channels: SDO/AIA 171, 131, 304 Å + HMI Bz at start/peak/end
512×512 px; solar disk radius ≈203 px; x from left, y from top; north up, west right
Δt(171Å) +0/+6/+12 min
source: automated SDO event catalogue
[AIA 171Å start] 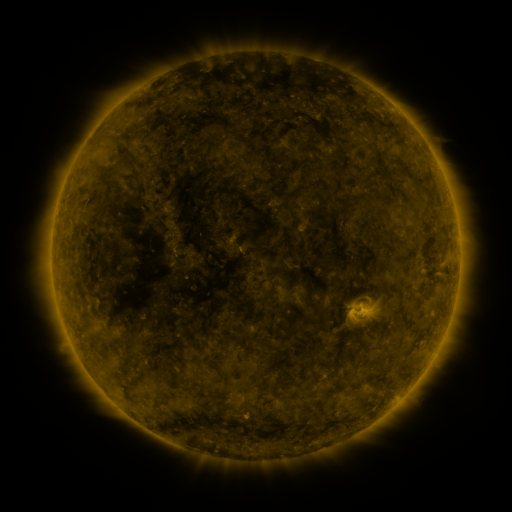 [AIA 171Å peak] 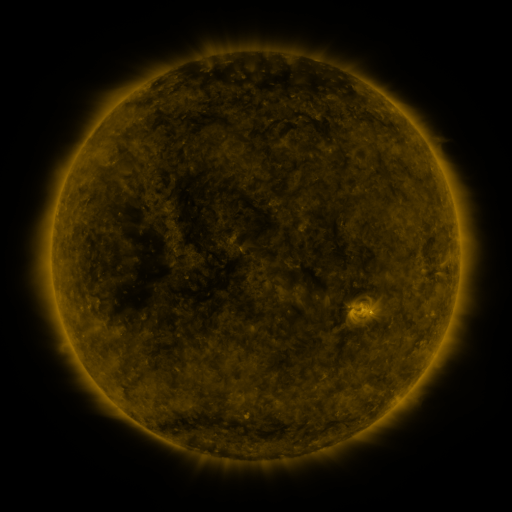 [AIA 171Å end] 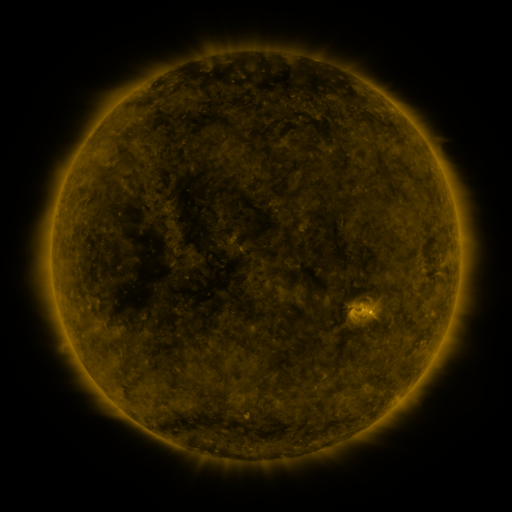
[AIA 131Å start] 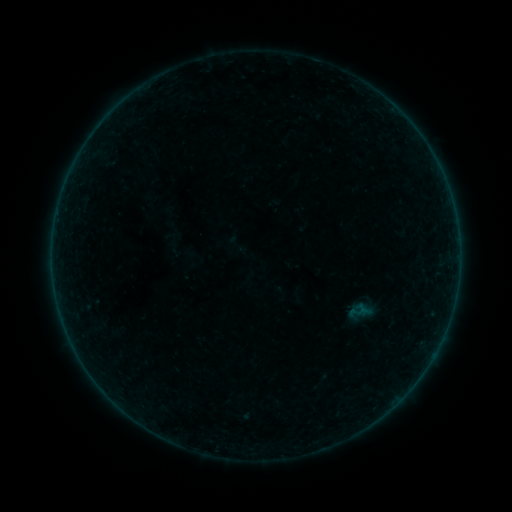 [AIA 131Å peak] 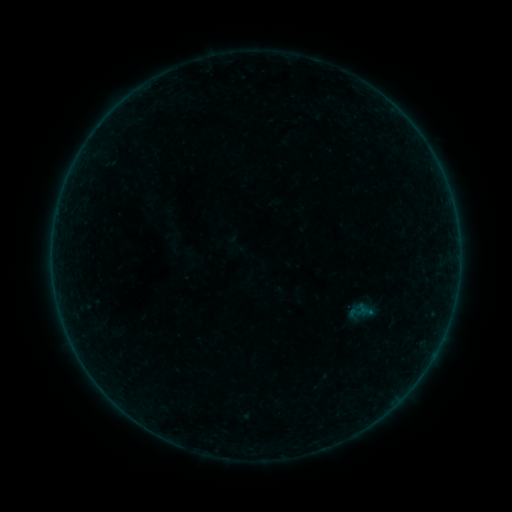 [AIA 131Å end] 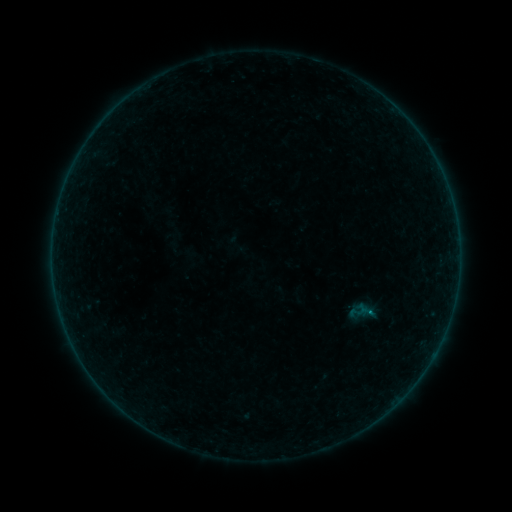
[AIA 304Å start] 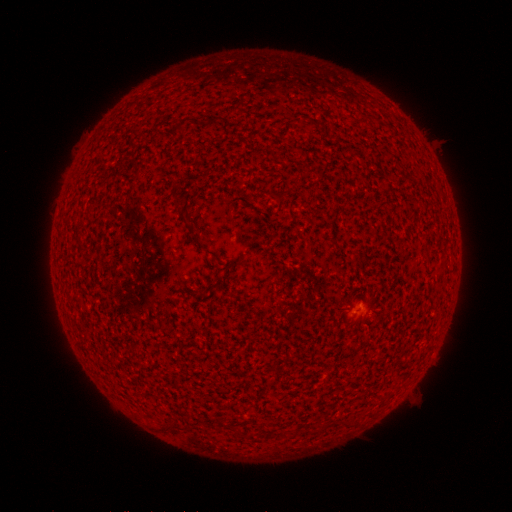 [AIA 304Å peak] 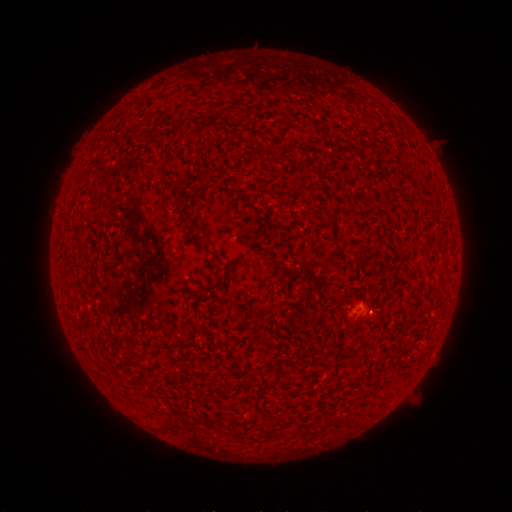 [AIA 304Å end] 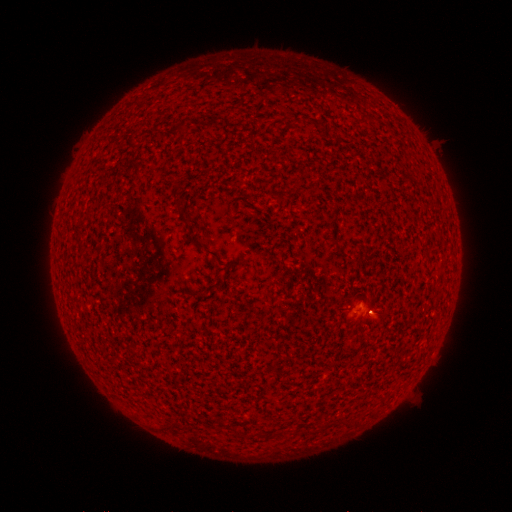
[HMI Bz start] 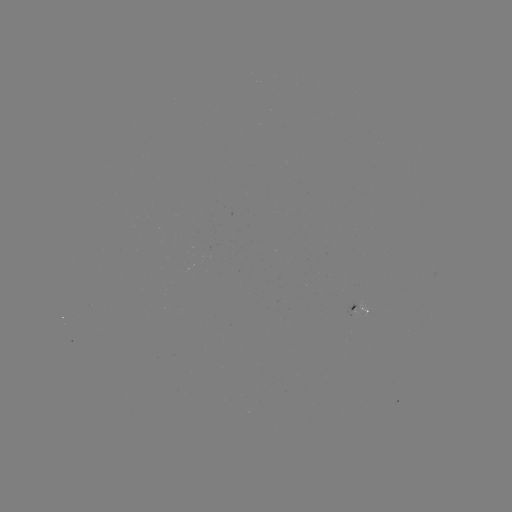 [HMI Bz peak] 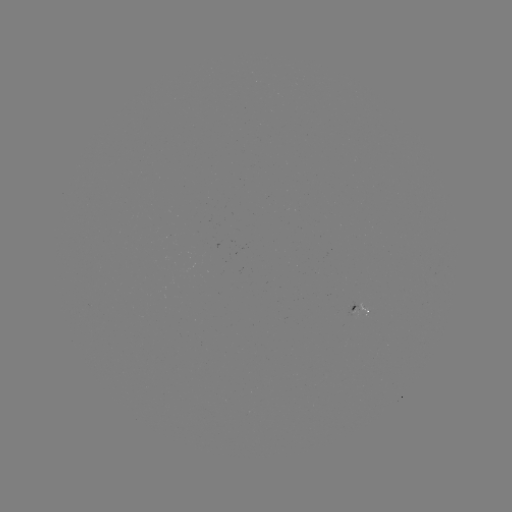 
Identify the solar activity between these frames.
B1.1 flare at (368, 310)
